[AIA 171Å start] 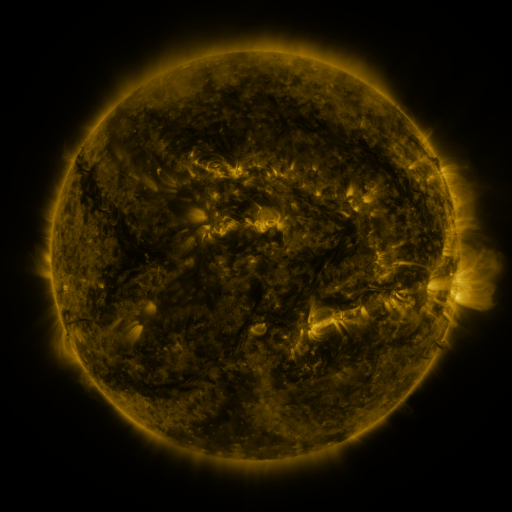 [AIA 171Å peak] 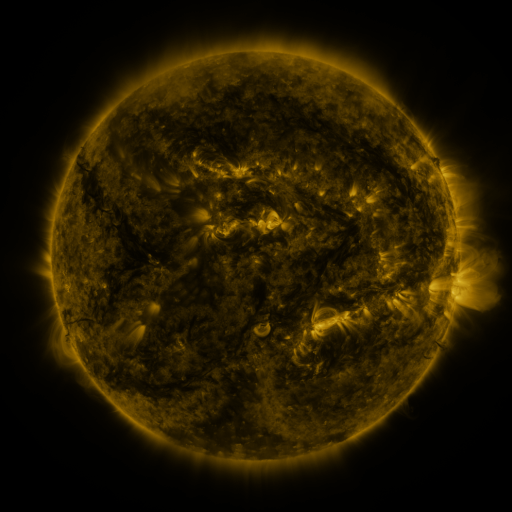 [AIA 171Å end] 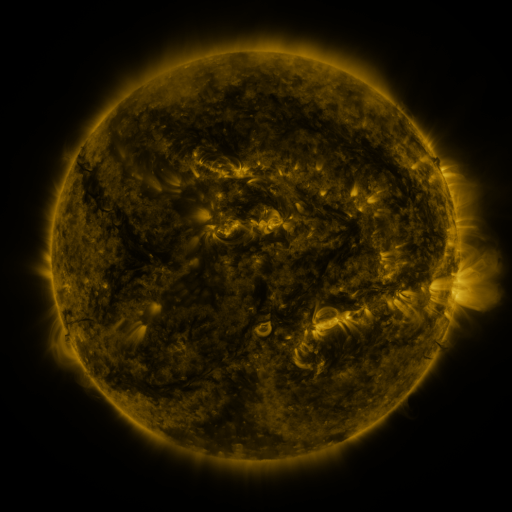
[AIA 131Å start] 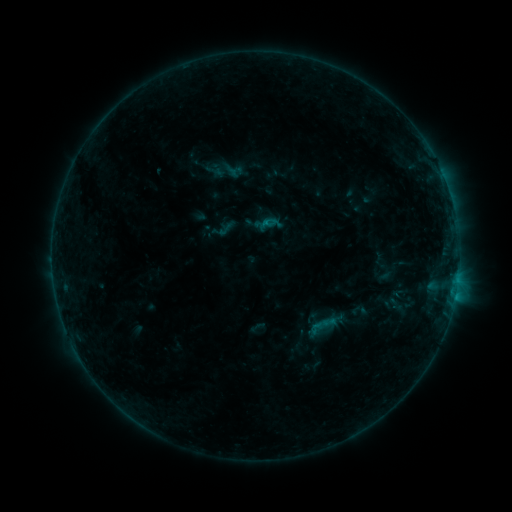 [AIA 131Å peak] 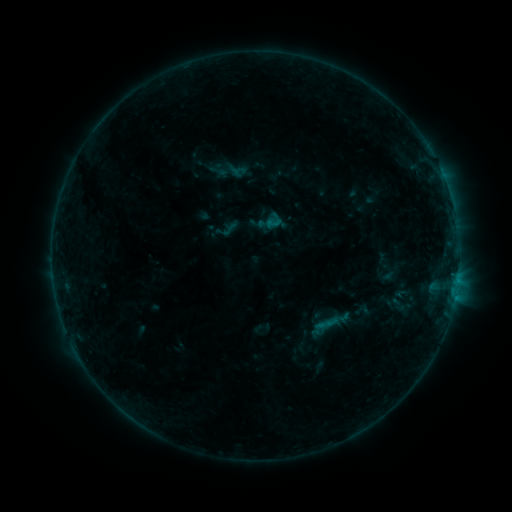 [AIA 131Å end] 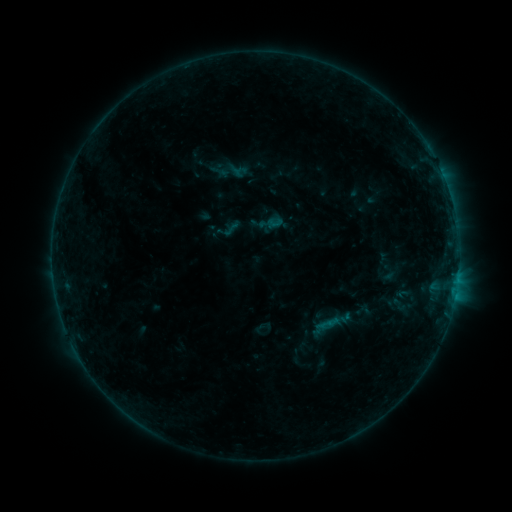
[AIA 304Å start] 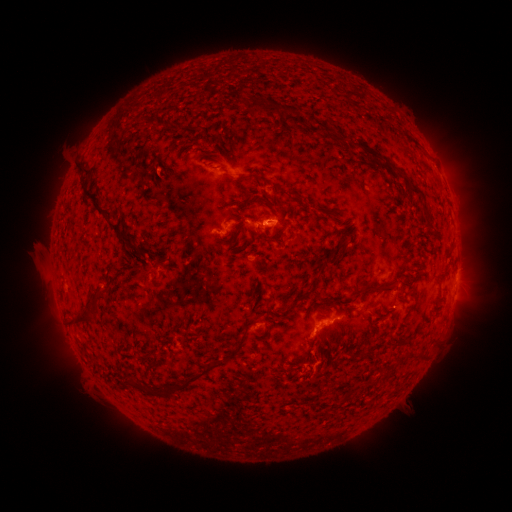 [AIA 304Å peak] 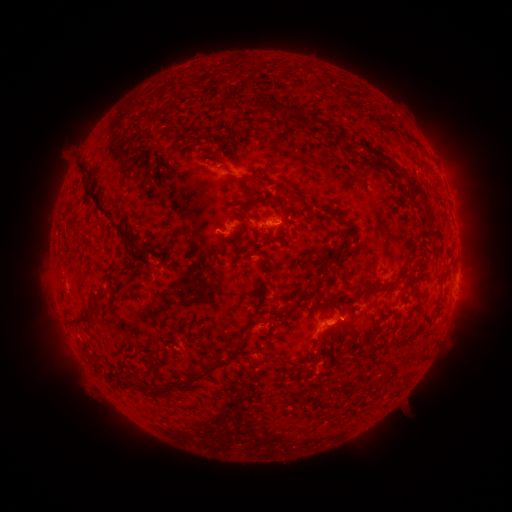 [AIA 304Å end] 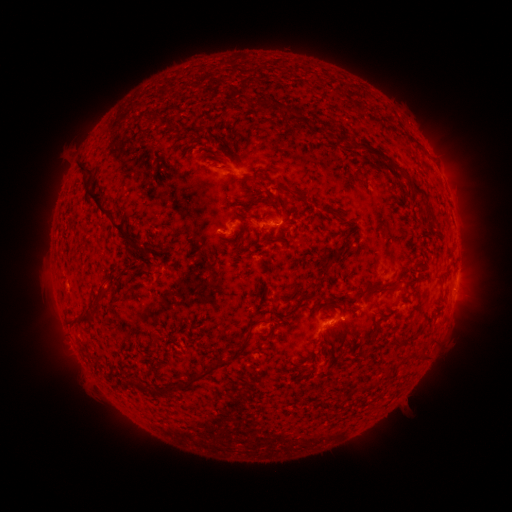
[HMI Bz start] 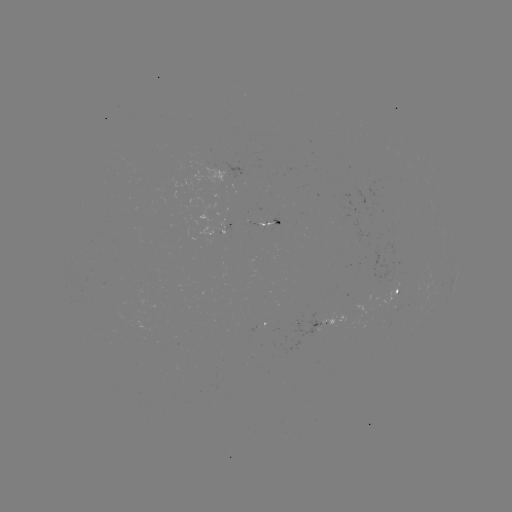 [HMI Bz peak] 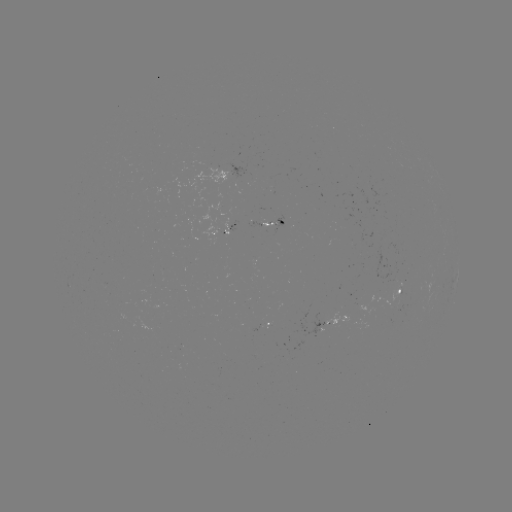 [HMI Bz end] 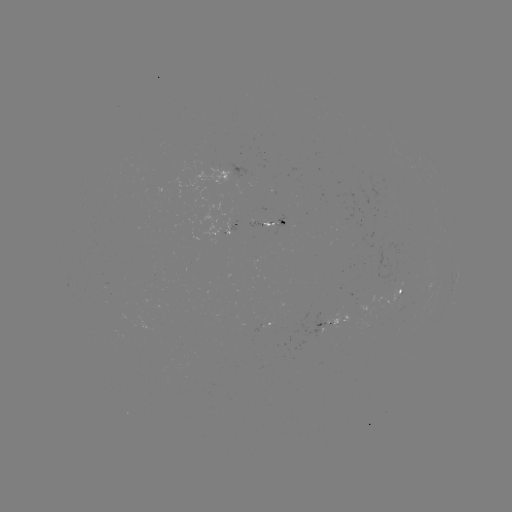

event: emerging-flux region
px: (217, 227)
